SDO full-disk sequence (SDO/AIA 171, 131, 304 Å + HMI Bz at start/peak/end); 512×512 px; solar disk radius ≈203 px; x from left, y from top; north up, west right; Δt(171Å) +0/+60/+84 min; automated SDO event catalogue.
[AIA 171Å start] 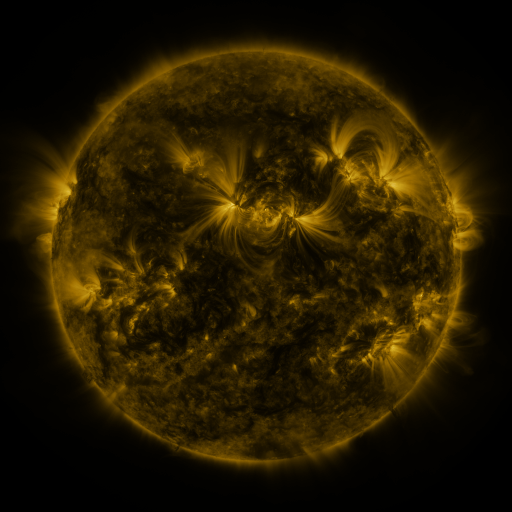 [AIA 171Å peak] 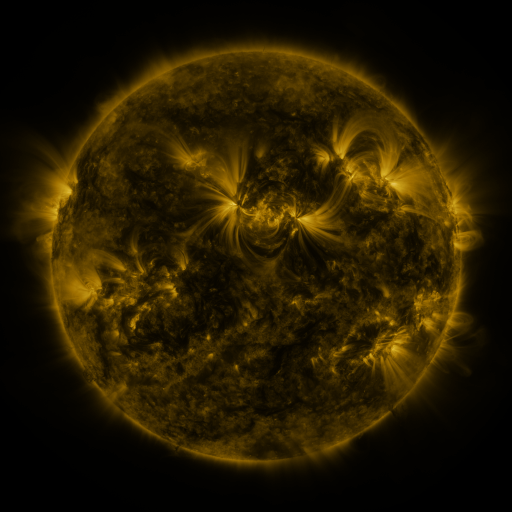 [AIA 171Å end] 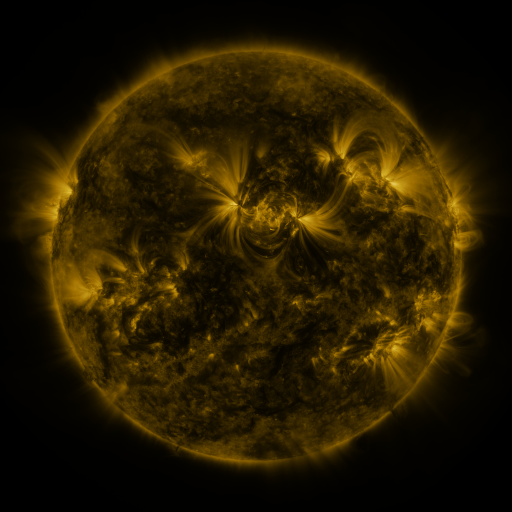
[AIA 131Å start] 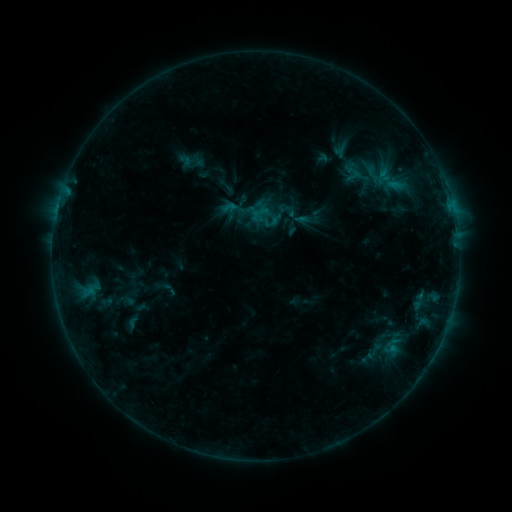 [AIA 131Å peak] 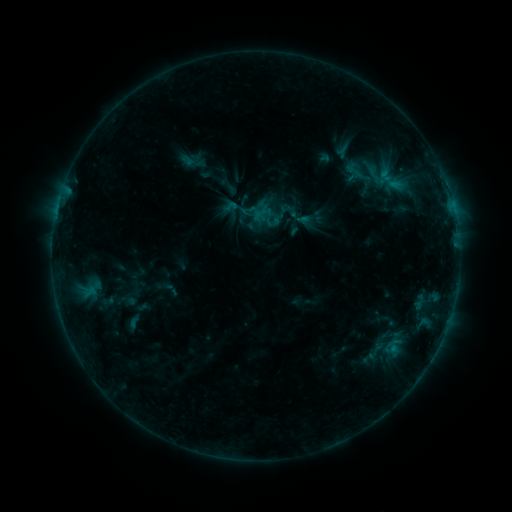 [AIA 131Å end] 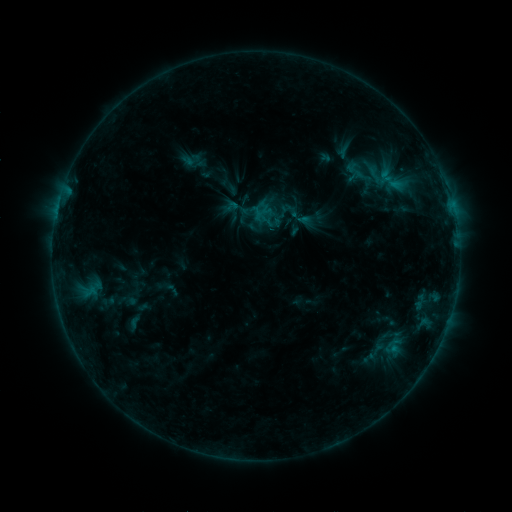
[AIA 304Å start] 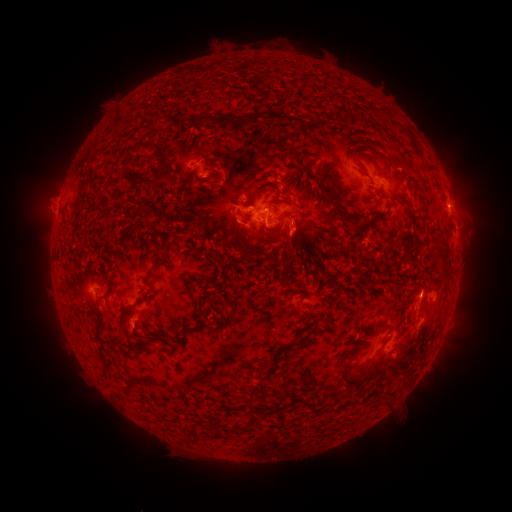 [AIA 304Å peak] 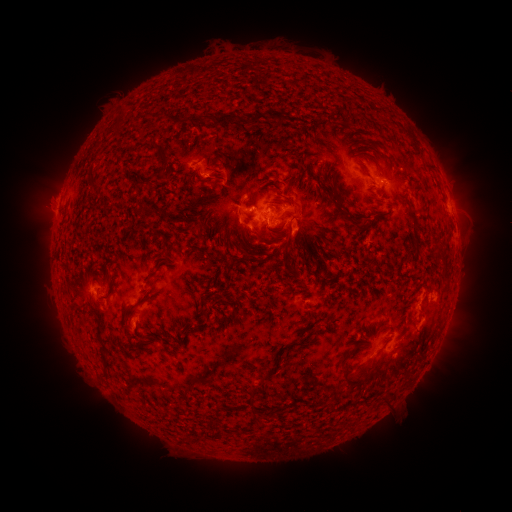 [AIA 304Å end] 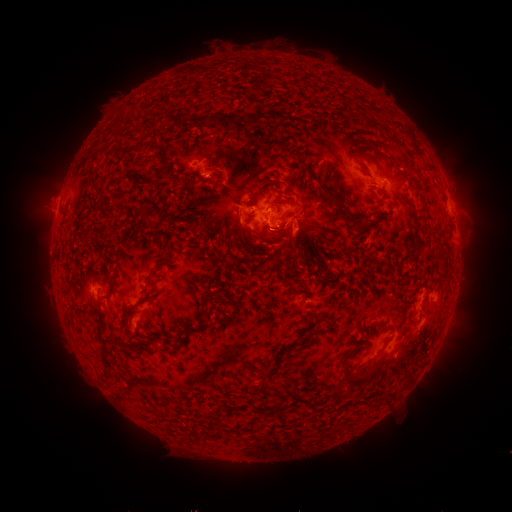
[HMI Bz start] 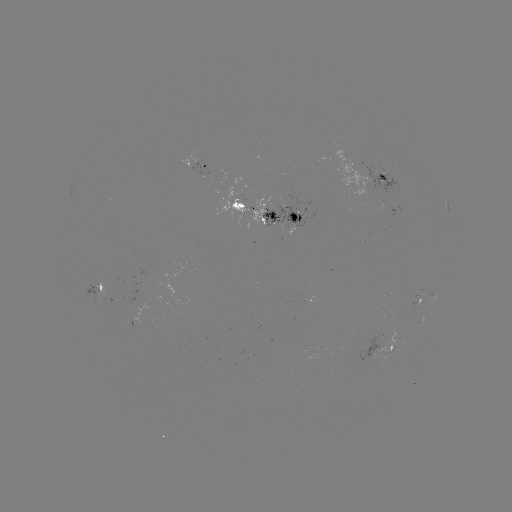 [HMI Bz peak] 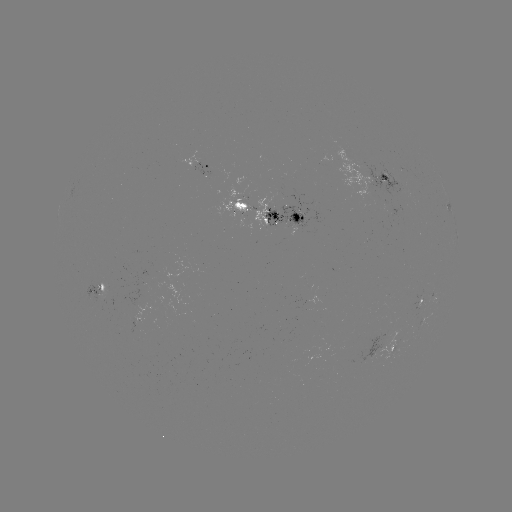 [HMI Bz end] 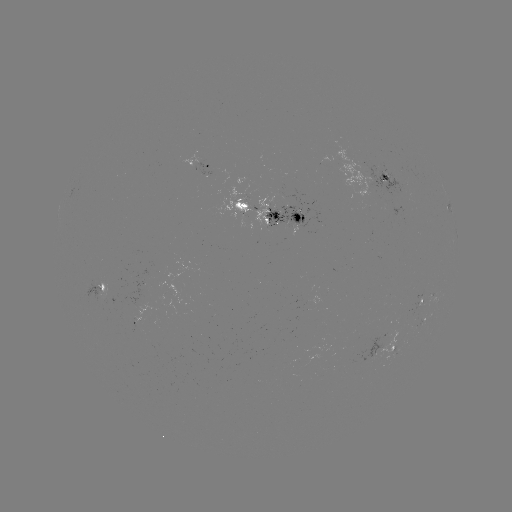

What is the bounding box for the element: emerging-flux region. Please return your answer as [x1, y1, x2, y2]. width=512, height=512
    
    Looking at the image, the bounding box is [417, 296, 423, 311].